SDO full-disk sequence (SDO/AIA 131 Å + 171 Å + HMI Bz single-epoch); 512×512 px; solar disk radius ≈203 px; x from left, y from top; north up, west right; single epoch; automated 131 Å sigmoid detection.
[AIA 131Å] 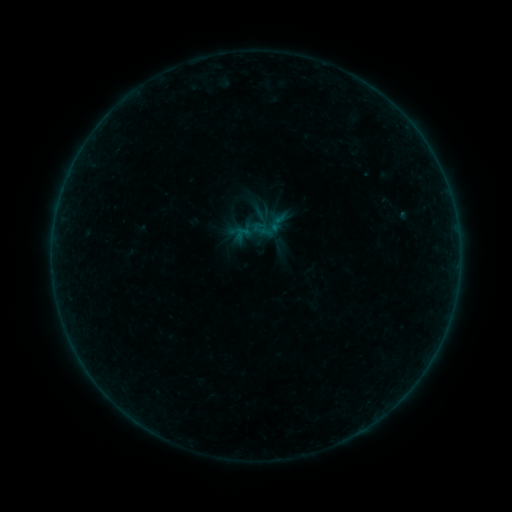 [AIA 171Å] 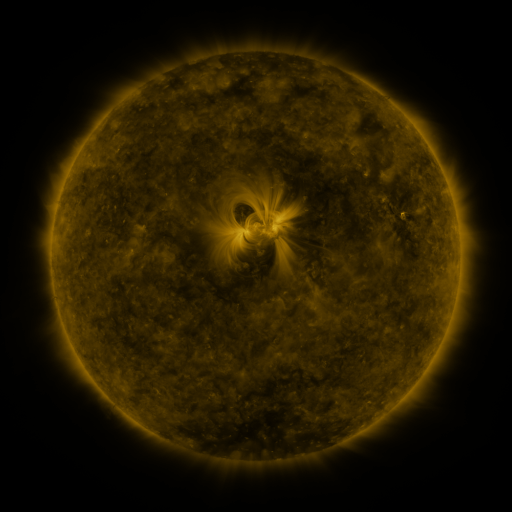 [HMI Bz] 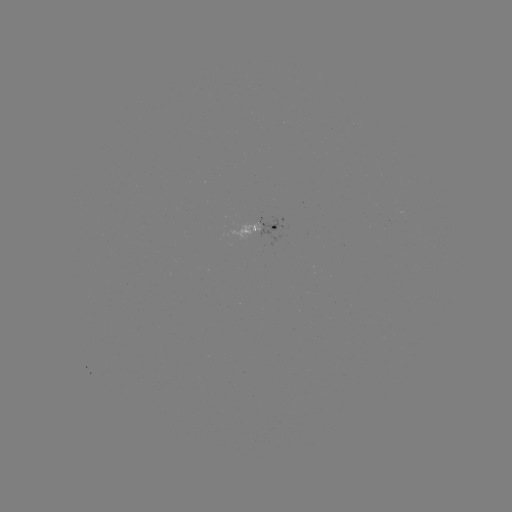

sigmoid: [251, 207, 289, 245]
